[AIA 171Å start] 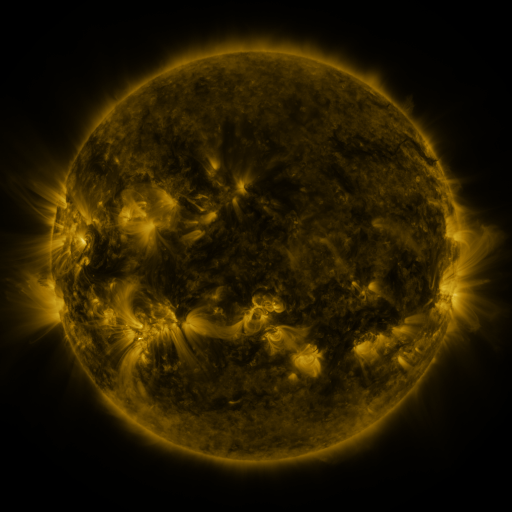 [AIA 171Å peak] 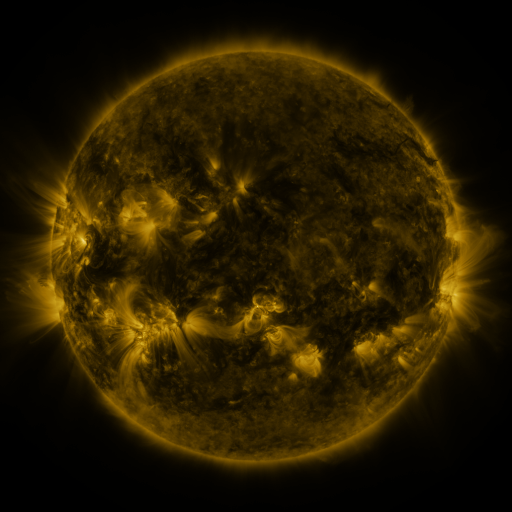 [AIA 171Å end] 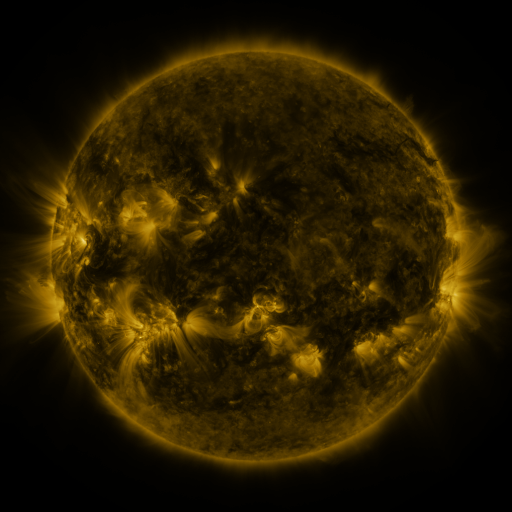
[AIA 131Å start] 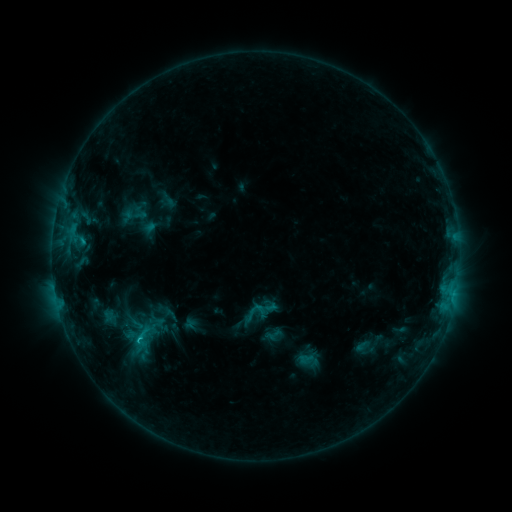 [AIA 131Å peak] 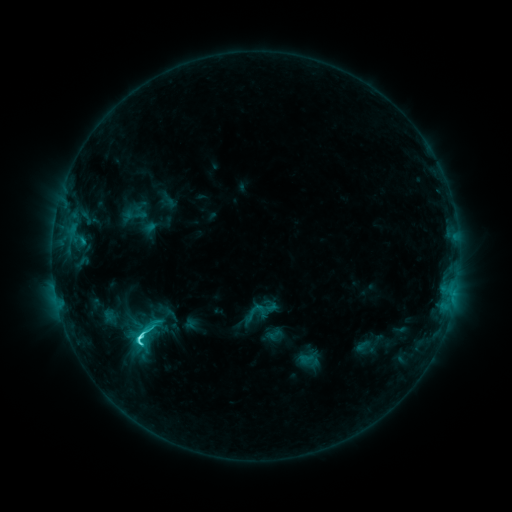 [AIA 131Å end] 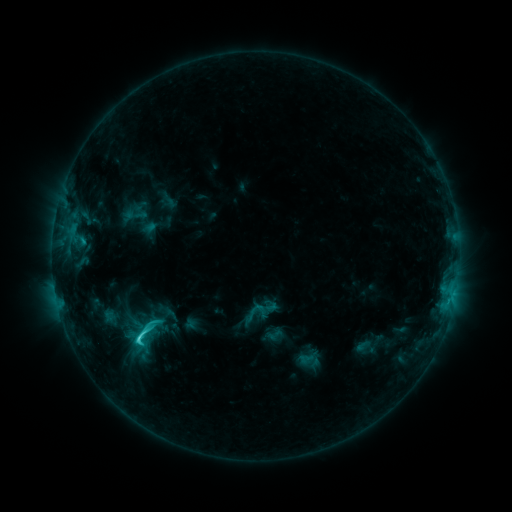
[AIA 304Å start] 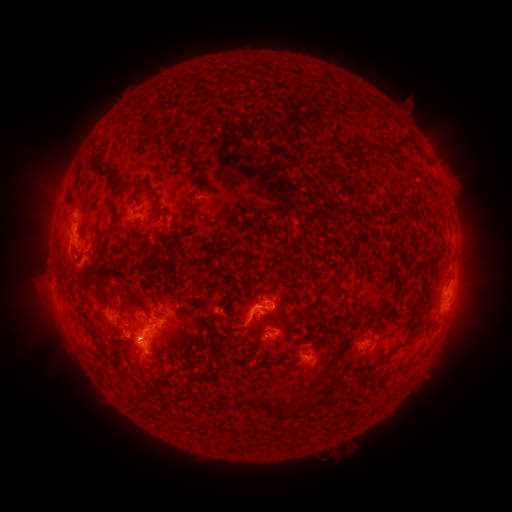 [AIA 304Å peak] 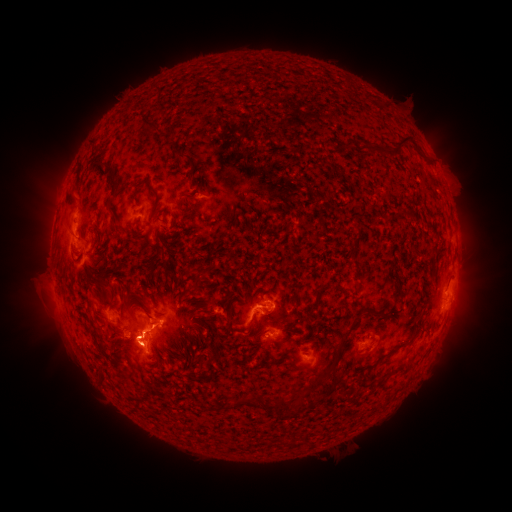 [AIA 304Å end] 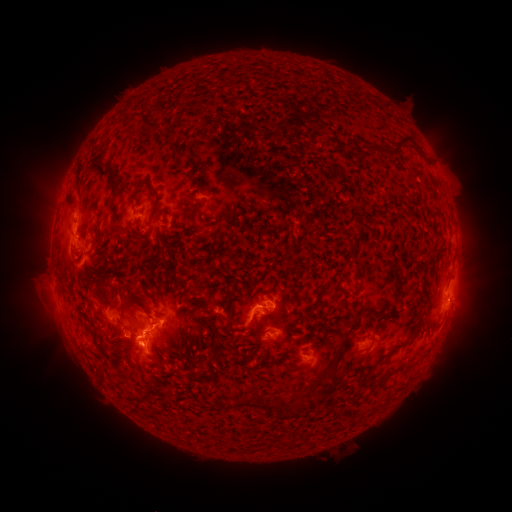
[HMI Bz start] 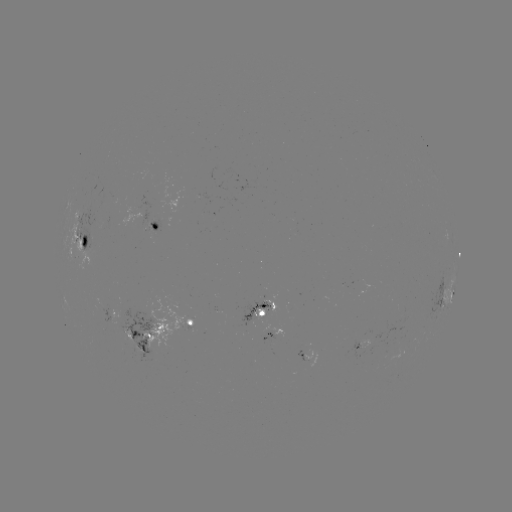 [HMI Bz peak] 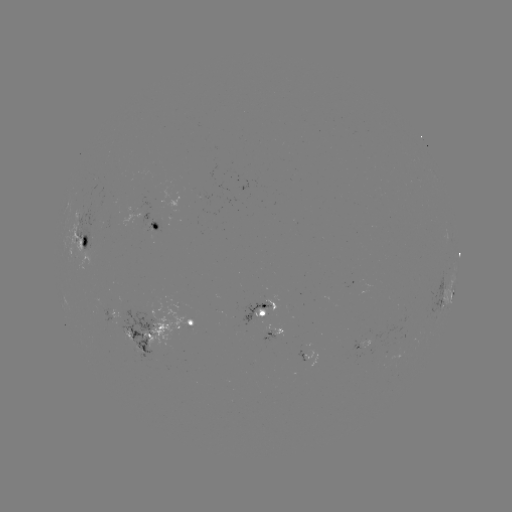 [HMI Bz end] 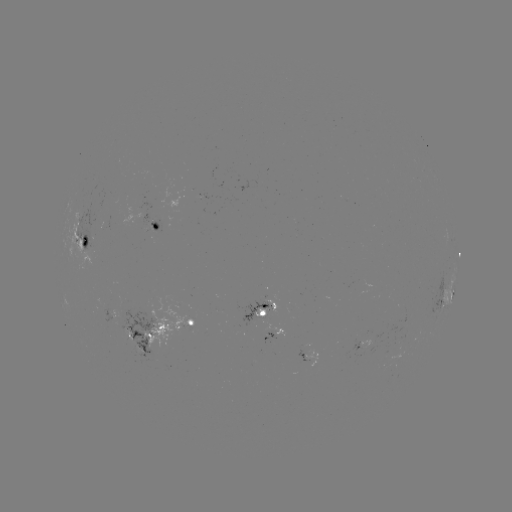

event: flare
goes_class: C4.9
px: (140, 333)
